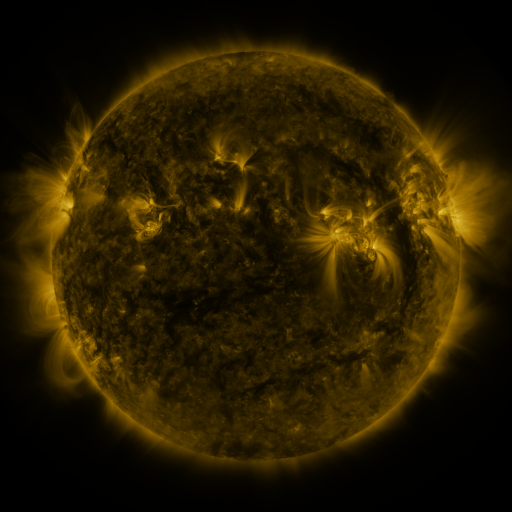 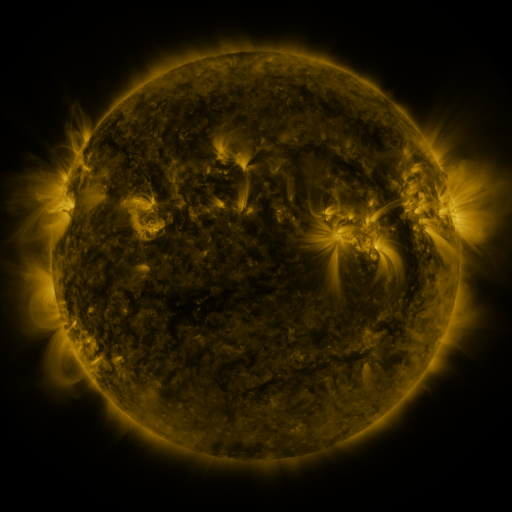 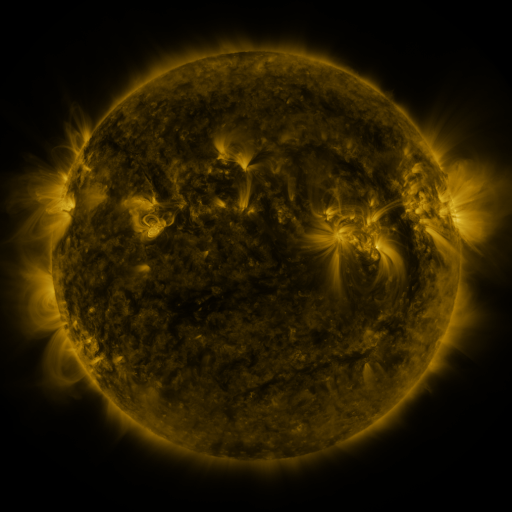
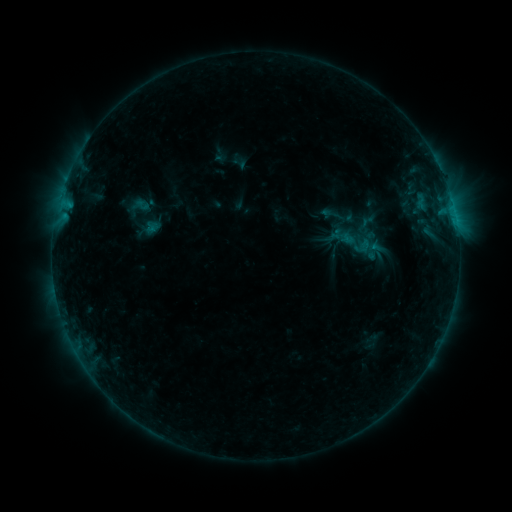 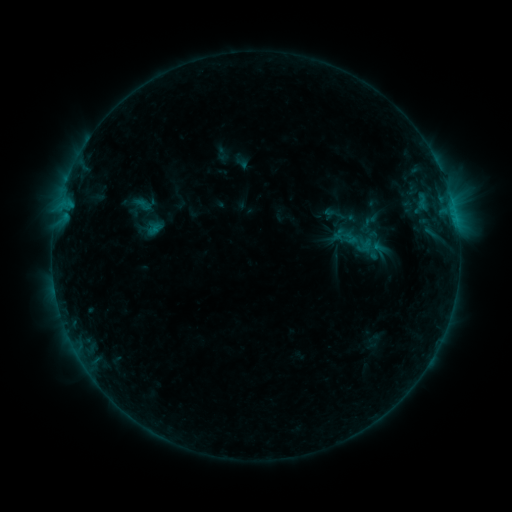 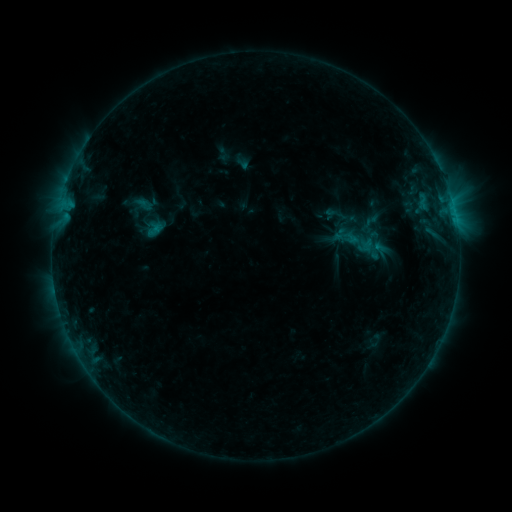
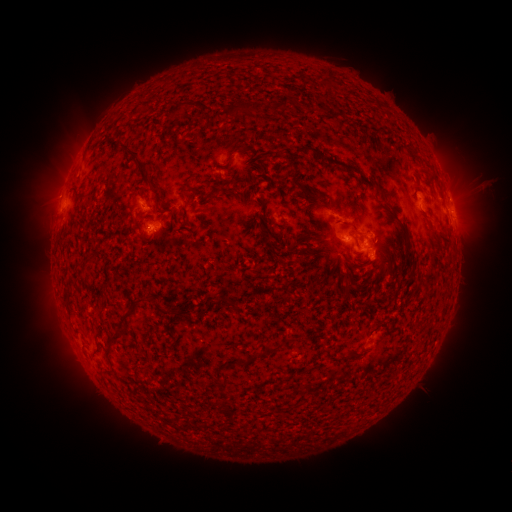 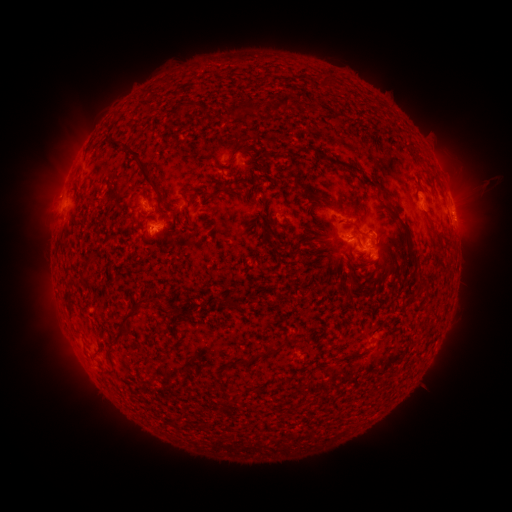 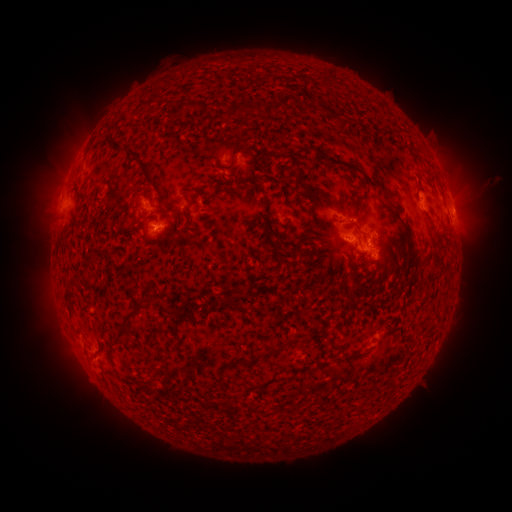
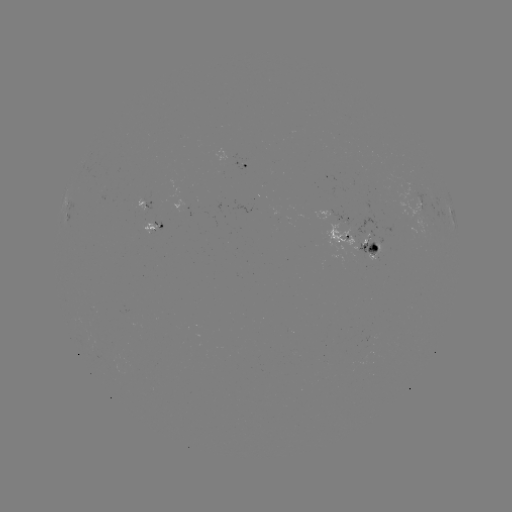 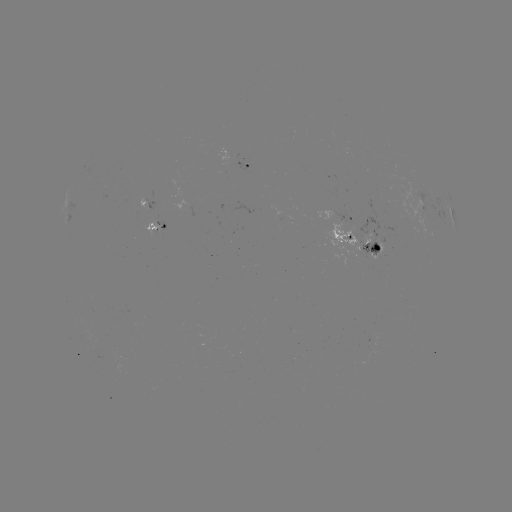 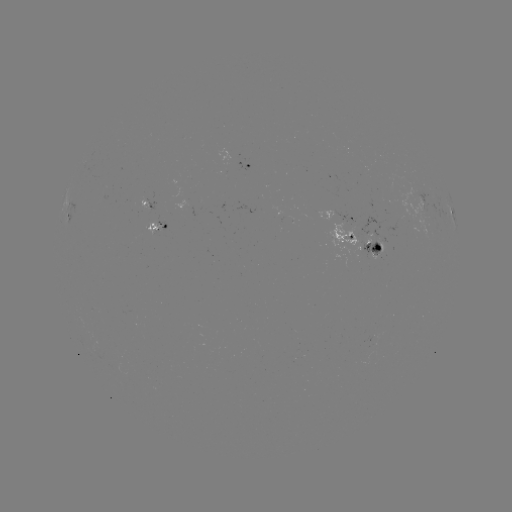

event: emerging-flux region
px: (146, 205)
